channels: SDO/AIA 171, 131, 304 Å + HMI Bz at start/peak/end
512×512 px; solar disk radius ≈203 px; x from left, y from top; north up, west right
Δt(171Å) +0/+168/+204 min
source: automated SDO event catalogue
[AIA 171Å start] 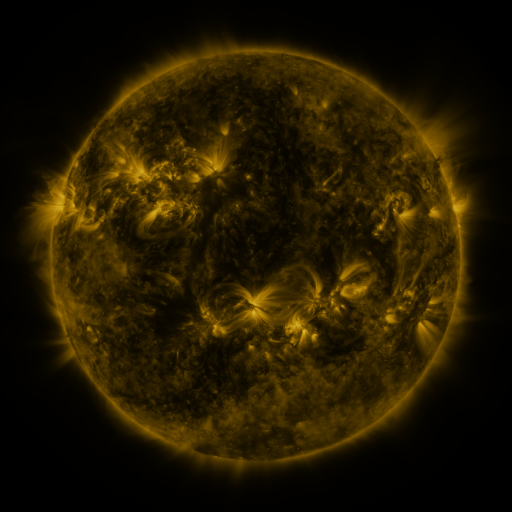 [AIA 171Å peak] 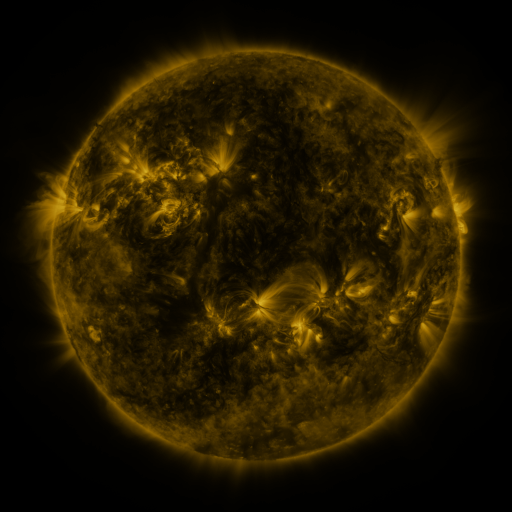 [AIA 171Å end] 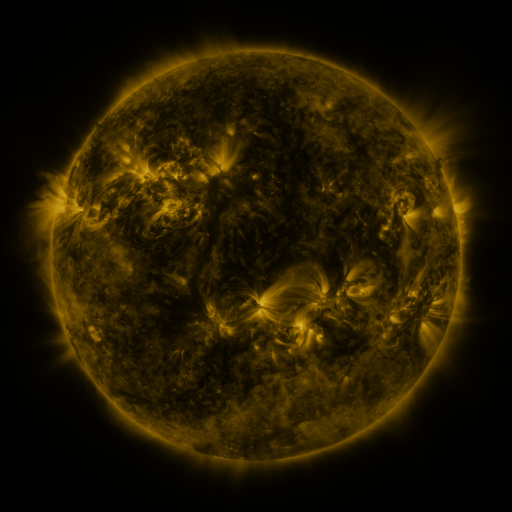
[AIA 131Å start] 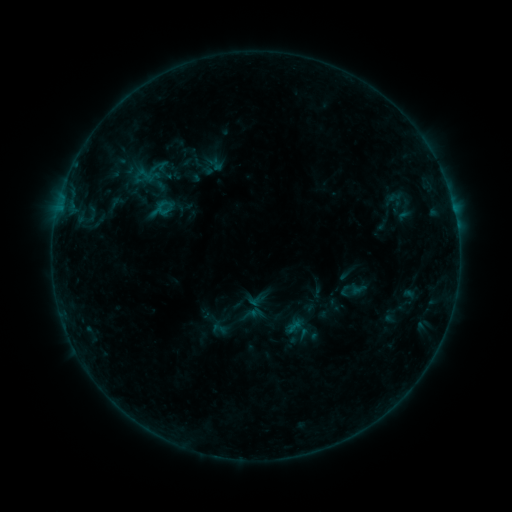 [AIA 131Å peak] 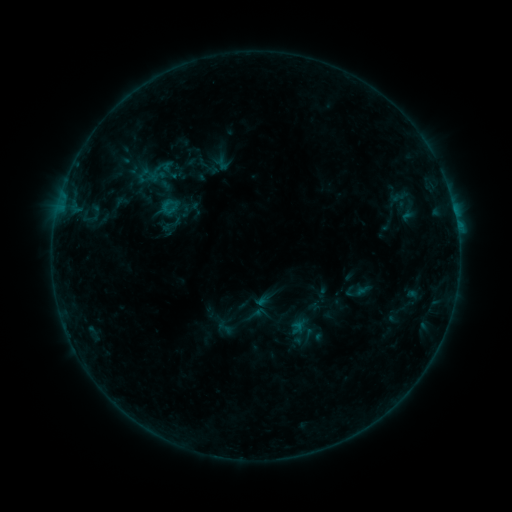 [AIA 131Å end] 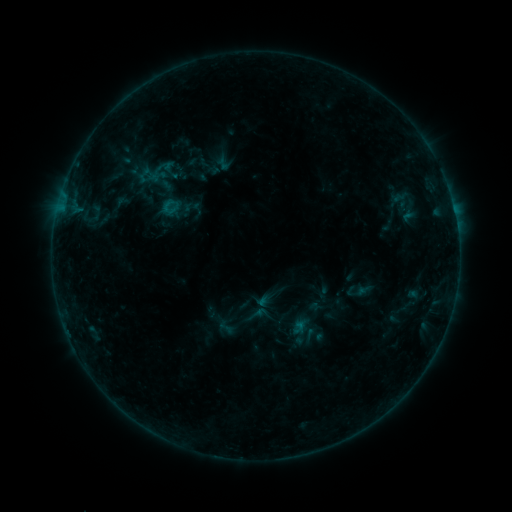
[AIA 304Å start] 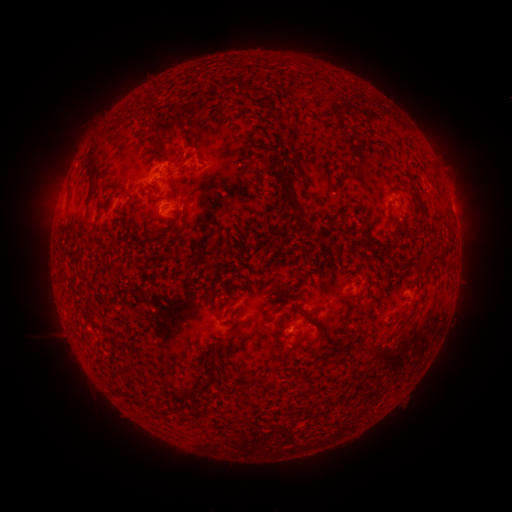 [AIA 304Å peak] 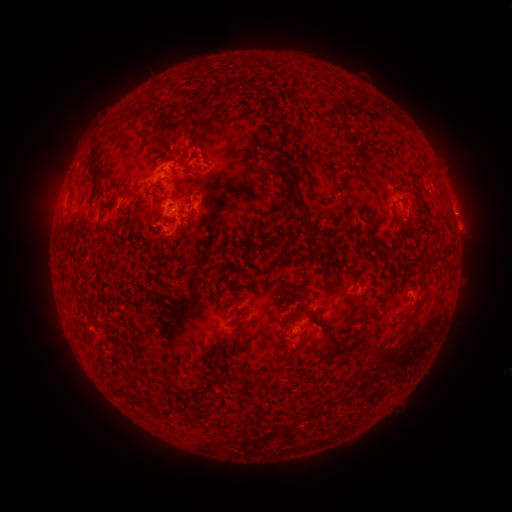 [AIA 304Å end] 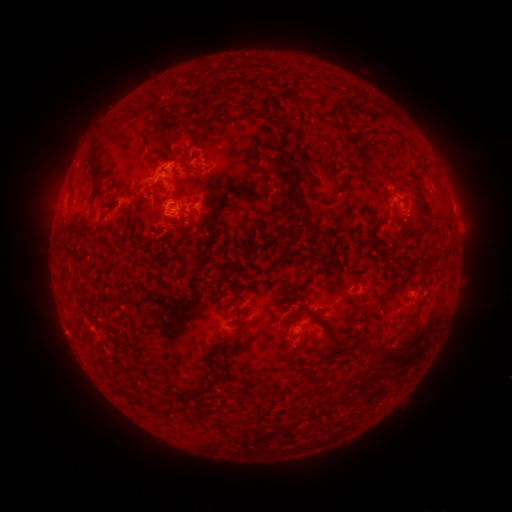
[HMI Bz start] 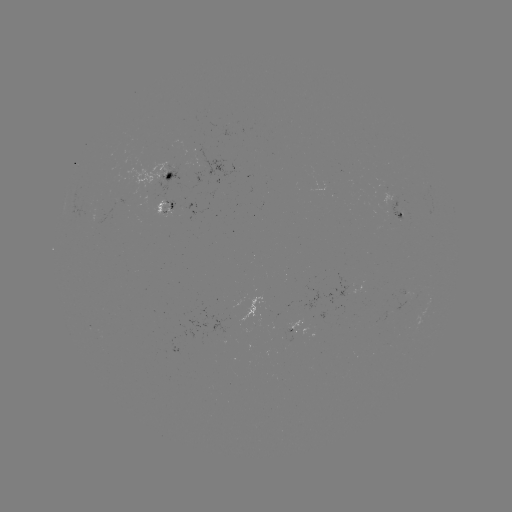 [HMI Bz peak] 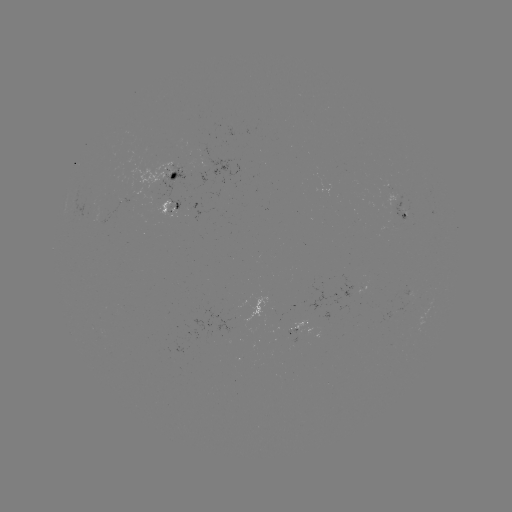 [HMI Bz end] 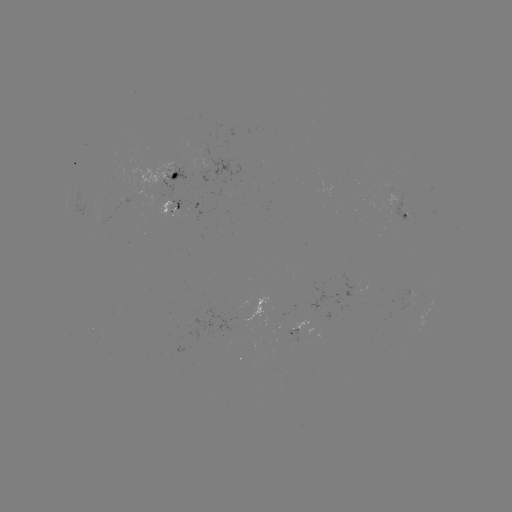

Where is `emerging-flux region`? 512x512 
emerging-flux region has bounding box [381, 181, 392, 191].